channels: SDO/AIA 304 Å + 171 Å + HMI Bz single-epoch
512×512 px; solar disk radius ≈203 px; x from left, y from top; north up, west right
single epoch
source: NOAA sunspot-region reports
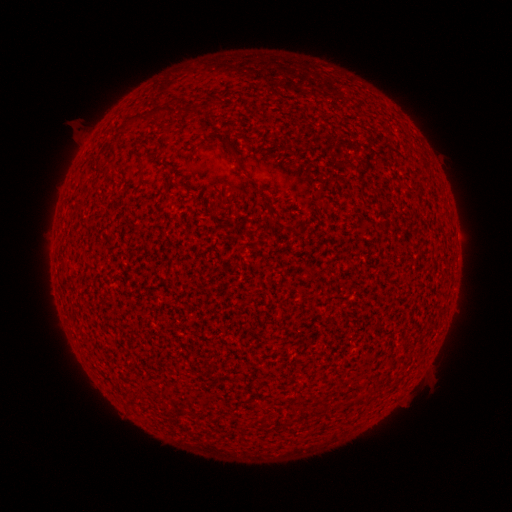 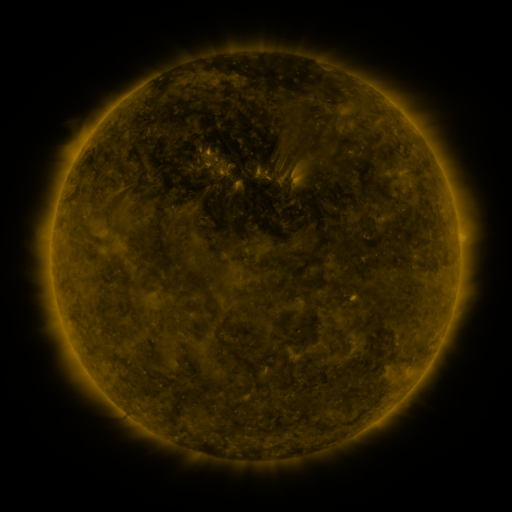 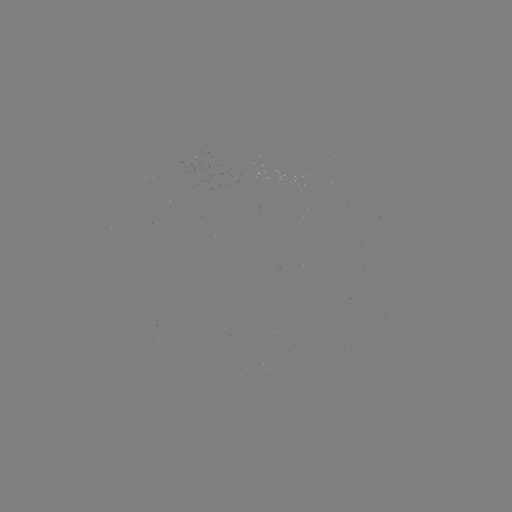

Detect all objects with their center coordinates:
(none)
